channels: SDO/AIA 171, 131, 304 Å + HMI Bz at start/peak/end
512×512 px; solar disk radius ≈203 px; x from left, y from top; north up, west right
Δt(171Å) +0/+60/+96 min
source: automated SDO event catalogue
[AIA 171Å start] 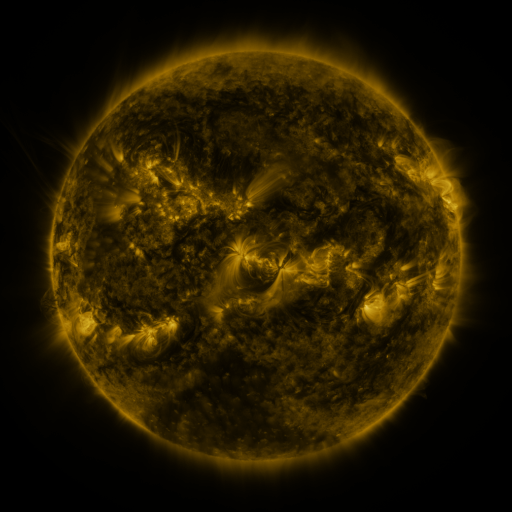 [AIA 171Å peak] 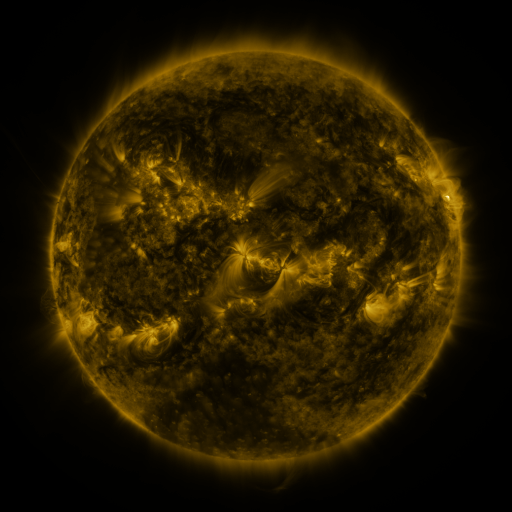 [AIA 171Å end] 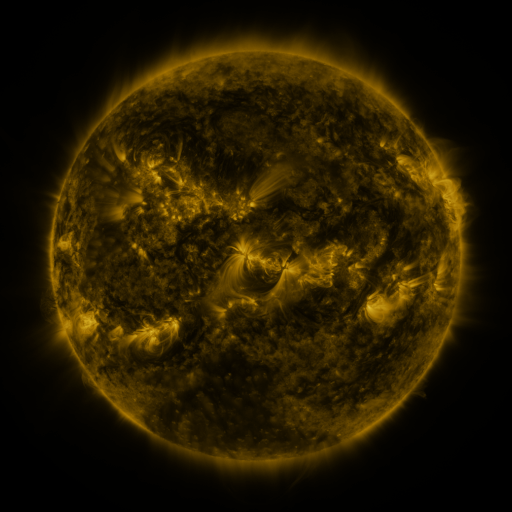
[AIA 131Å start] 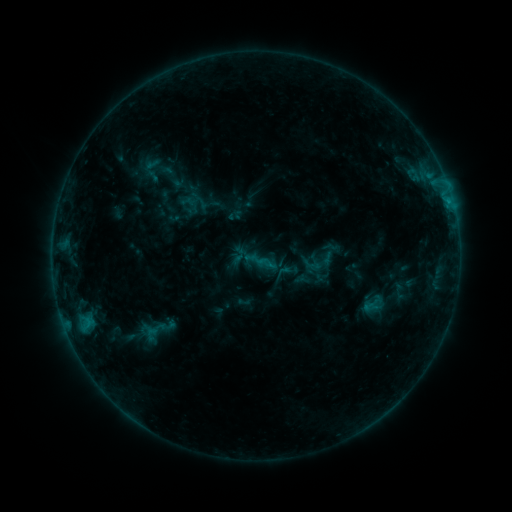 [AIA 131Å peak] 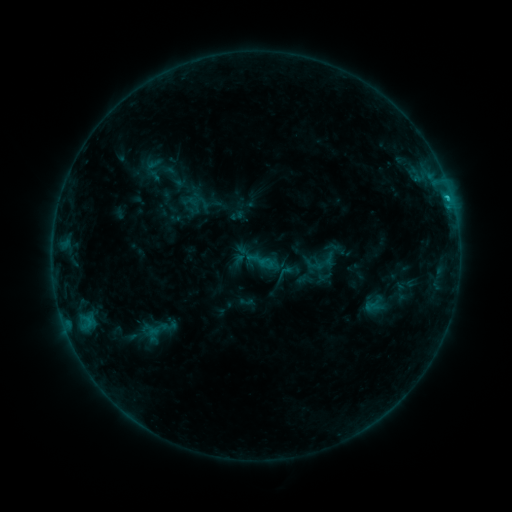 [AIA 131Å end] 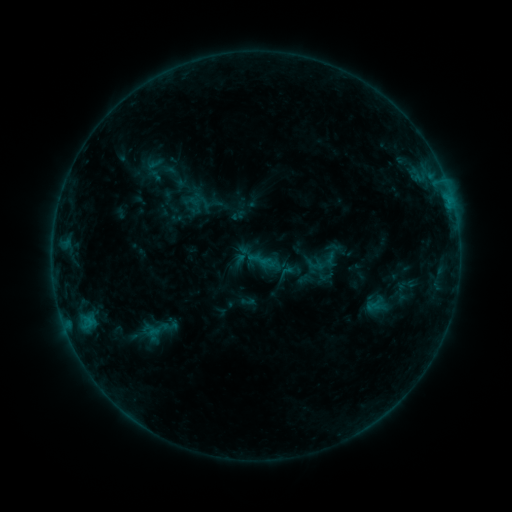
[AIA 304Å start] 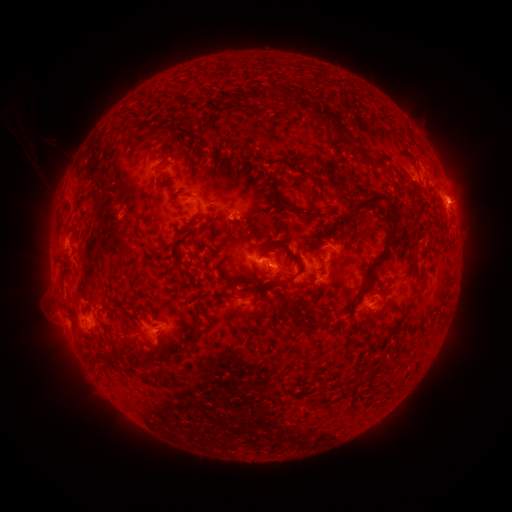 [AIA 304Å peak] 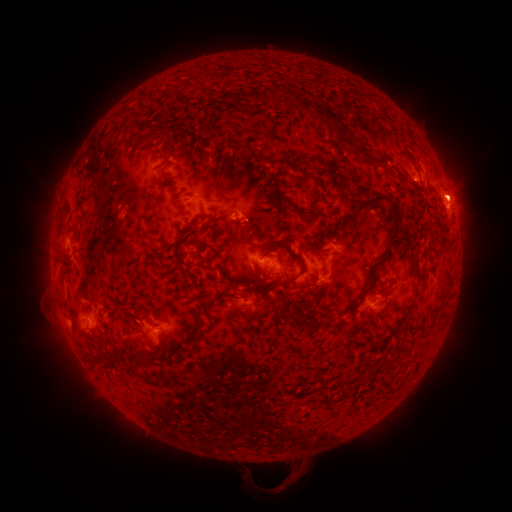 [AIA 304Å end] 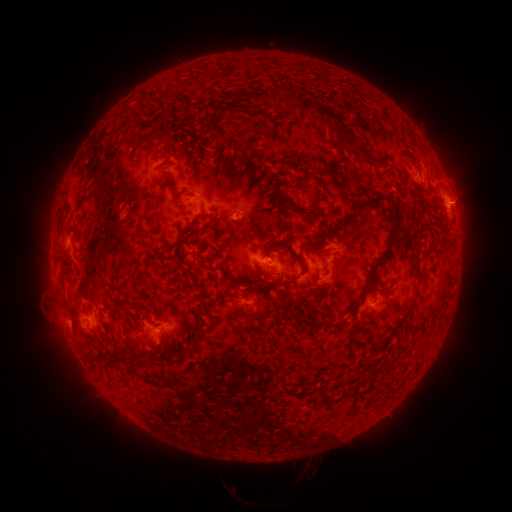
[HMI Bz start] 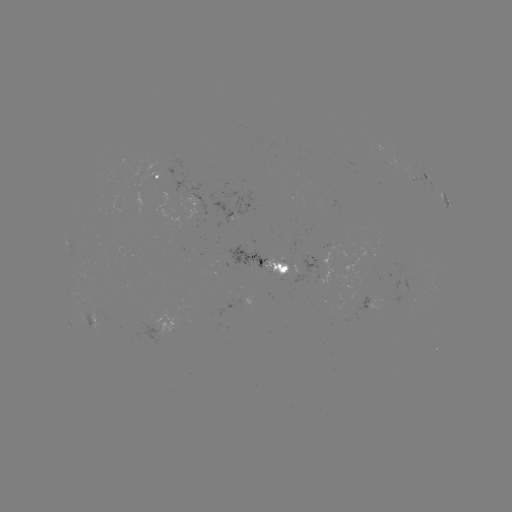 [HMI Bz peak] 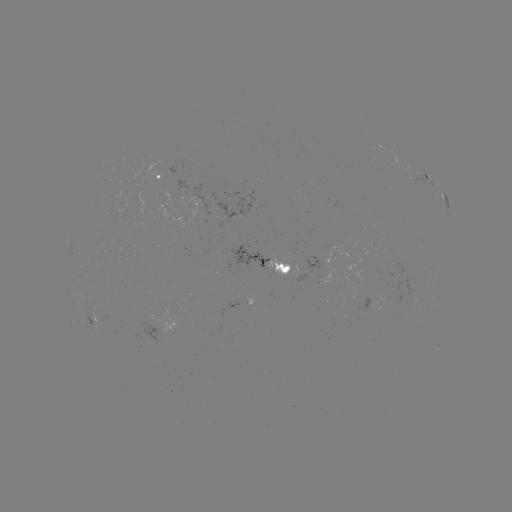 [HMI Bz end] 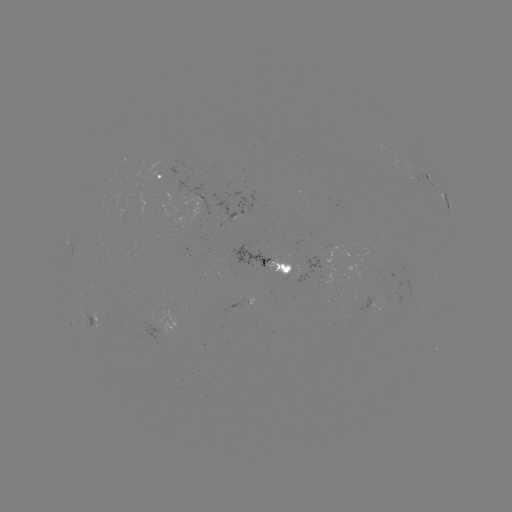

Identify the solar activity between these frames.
emerging-flux region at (107, 319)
